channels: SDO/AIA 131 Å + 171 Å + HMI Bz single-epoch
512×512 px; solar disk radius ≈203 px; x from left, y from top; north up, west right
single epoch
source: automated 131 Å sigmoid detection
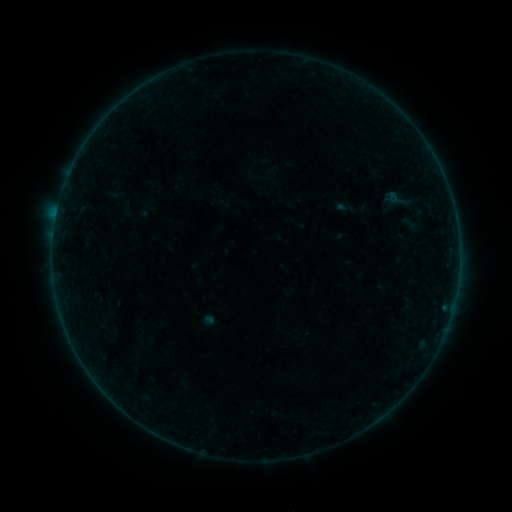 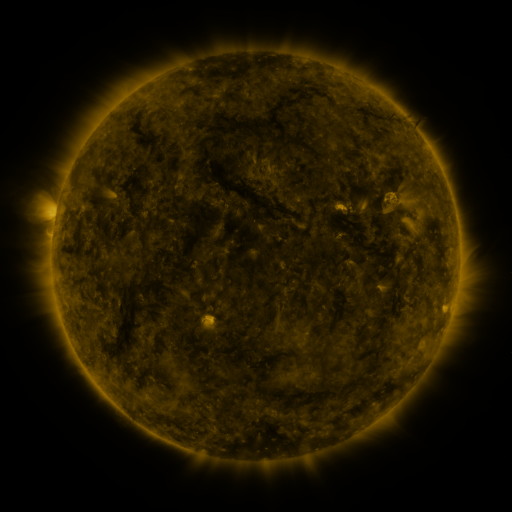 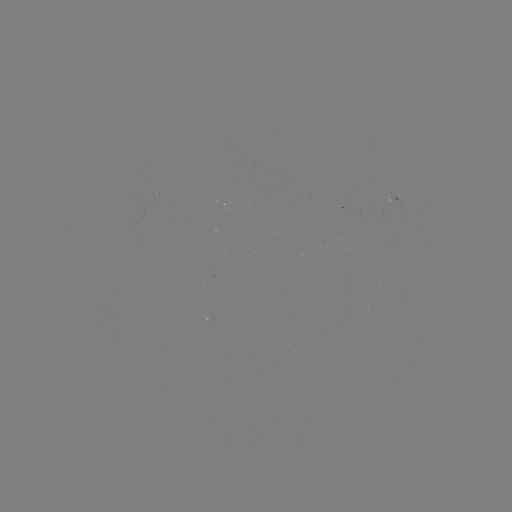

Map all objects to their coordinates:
sigmoid: <bbox>397, 213, 420, 232</bbox>
